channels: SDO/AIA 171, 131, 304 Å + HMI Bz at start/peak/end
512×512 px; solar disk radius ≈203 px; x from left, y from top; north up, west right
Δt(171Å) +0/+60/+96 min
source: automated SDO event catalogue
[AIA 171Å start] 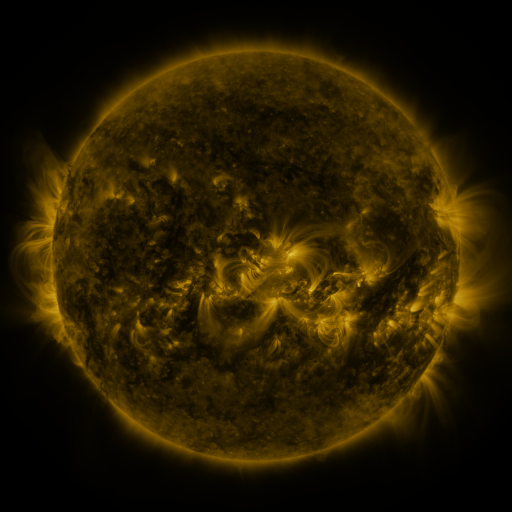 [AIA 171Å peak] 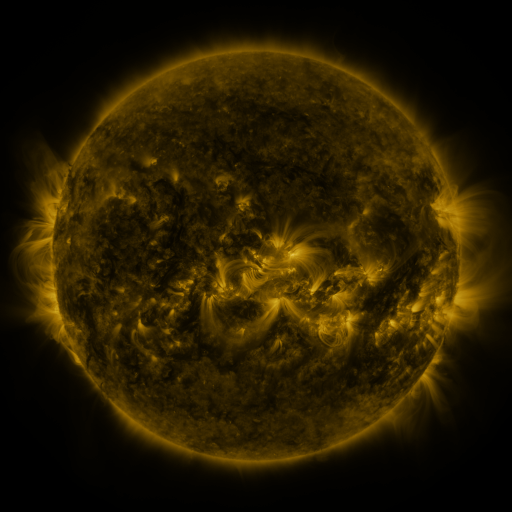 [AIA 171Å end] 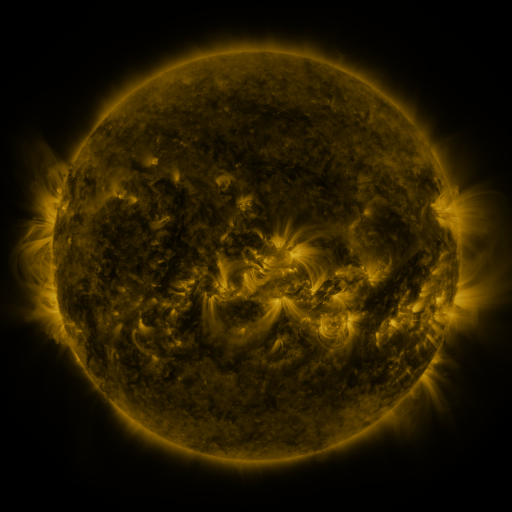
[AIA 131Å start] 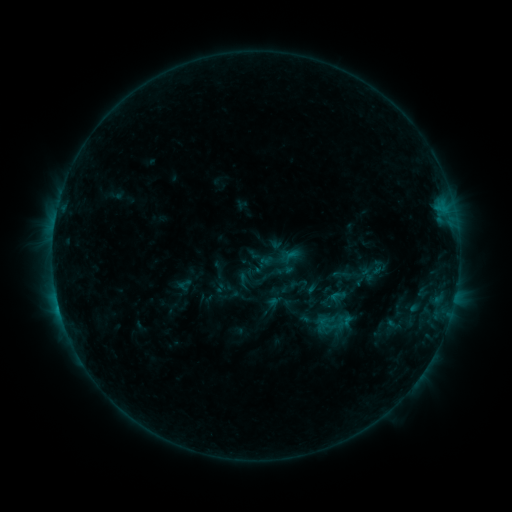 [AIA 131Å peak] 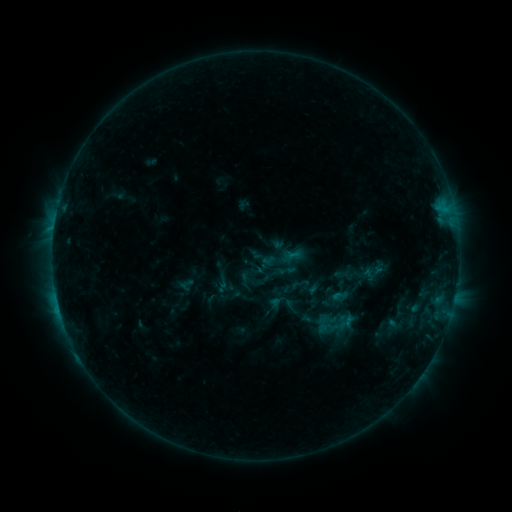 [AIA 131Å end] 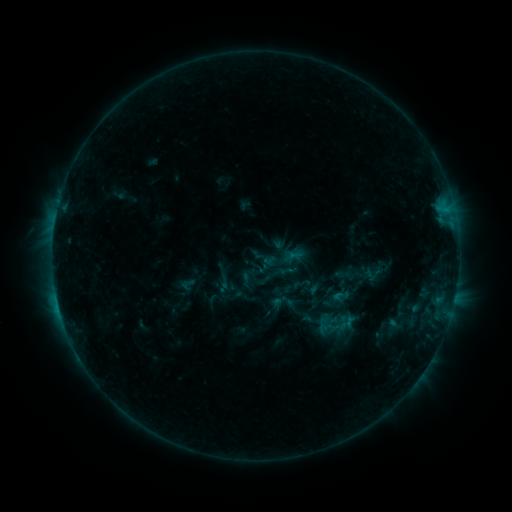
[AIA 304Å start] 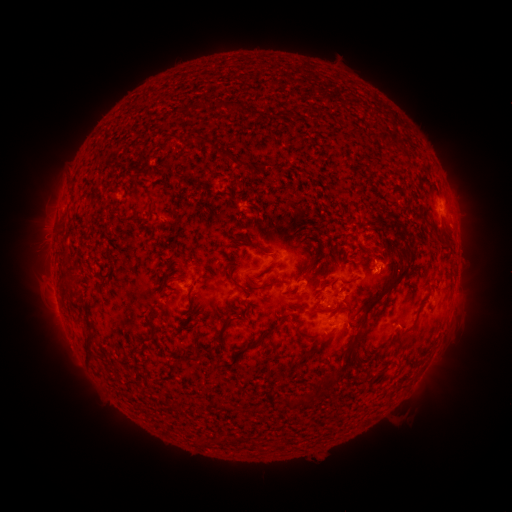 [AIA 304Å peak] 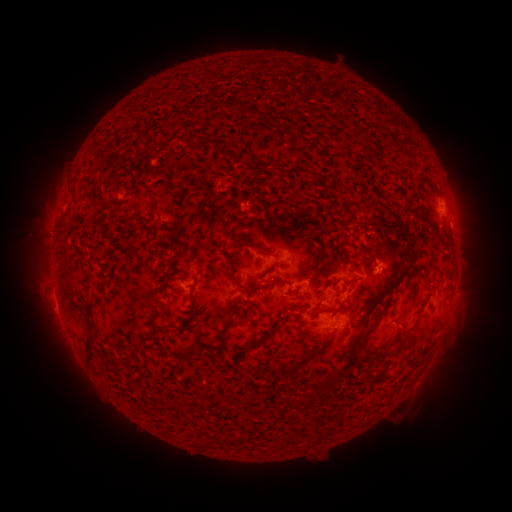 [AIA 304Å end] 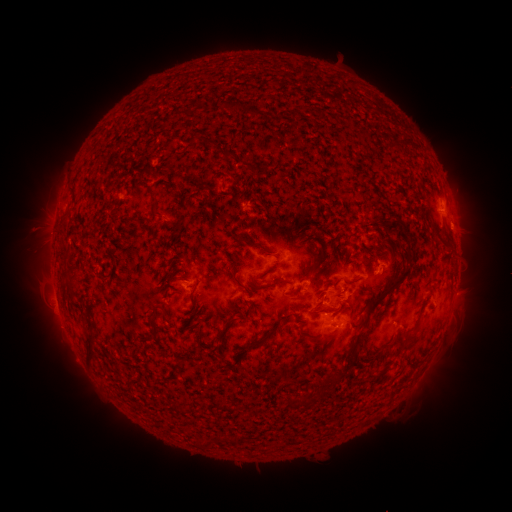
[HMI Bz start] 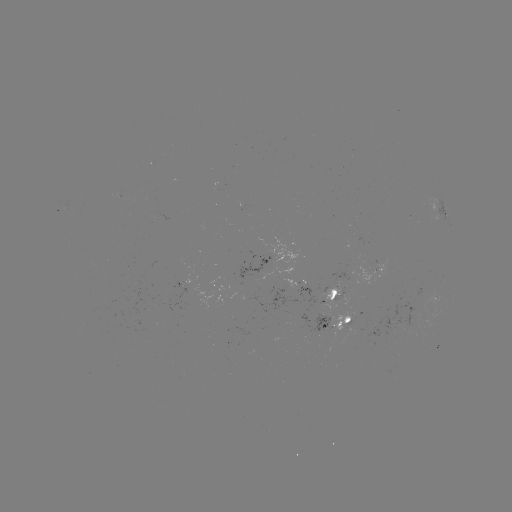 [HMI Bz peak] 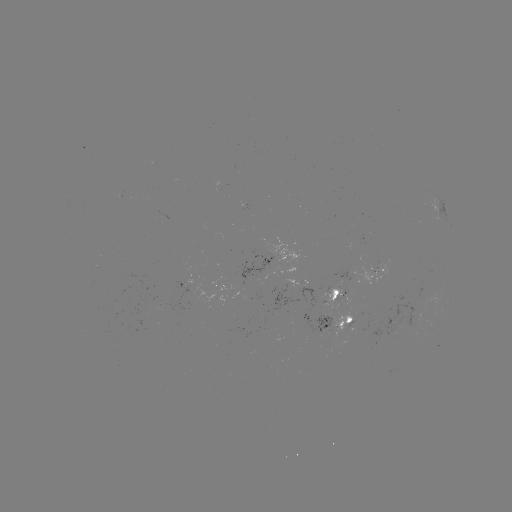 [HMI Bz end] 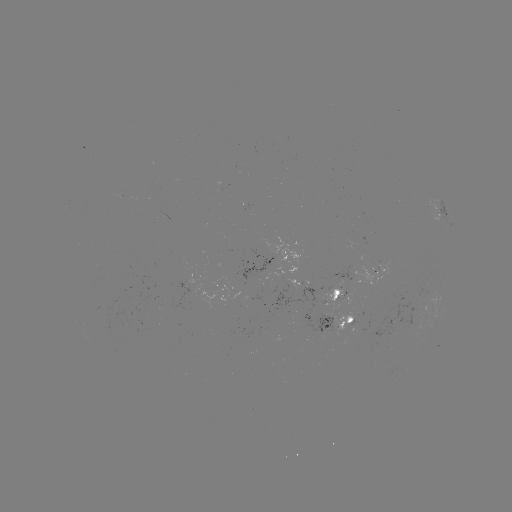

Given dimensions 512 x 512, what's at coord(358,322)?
emerging-flux region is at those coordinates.